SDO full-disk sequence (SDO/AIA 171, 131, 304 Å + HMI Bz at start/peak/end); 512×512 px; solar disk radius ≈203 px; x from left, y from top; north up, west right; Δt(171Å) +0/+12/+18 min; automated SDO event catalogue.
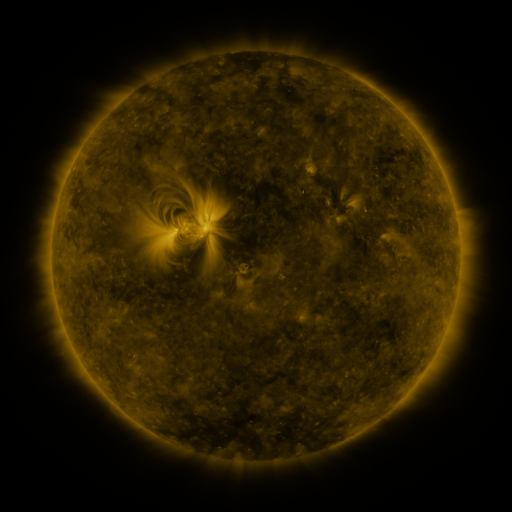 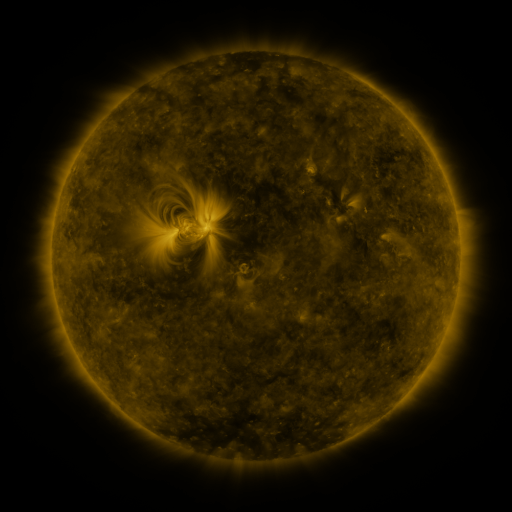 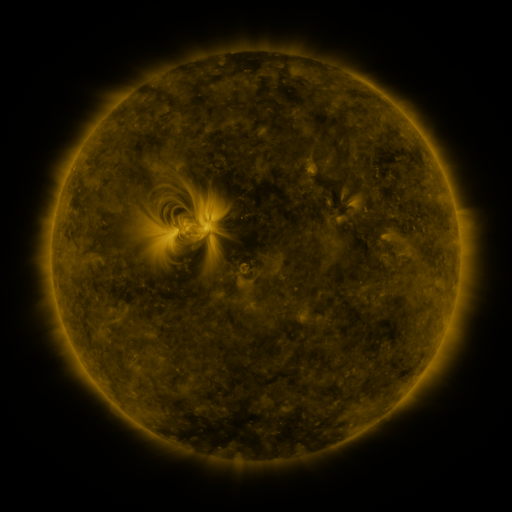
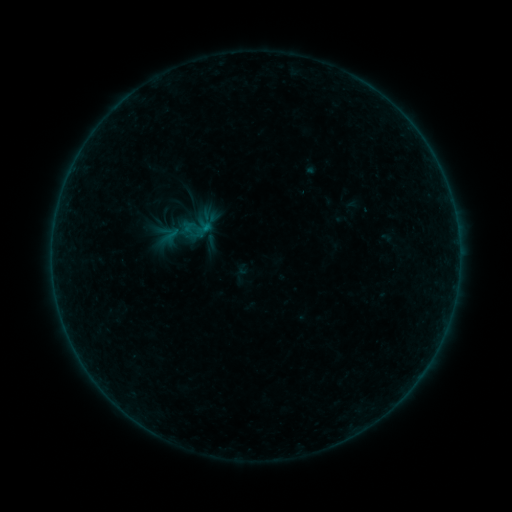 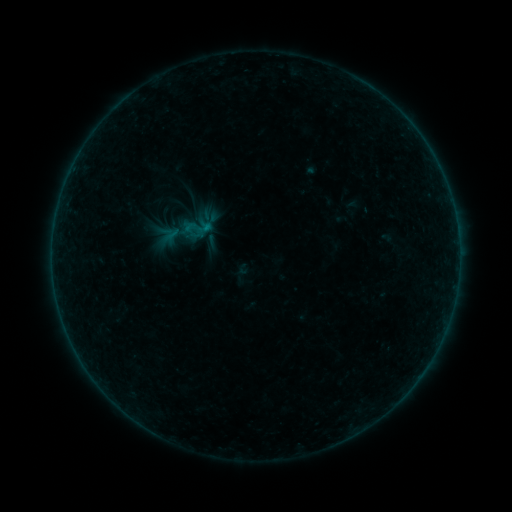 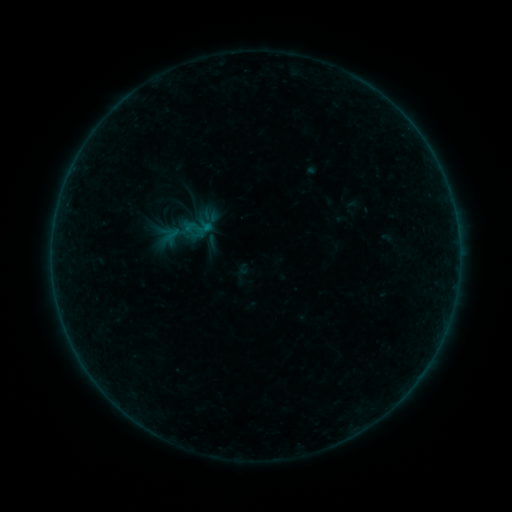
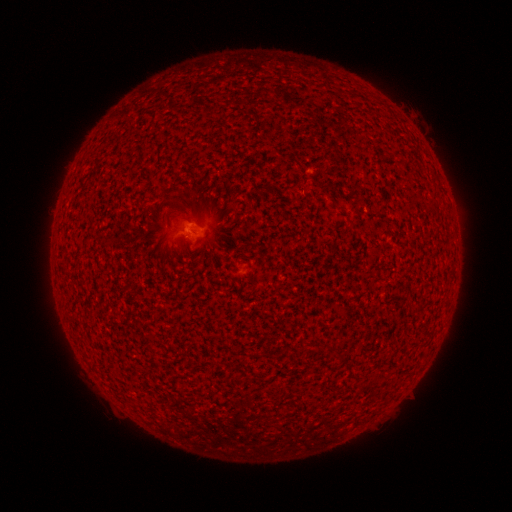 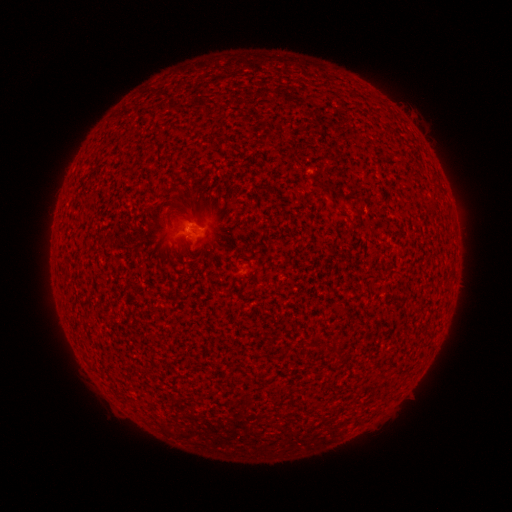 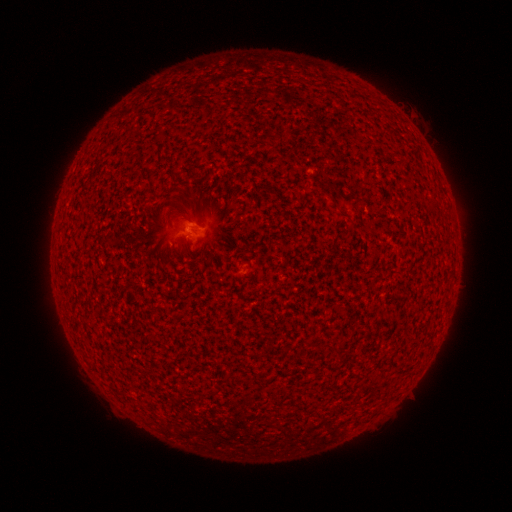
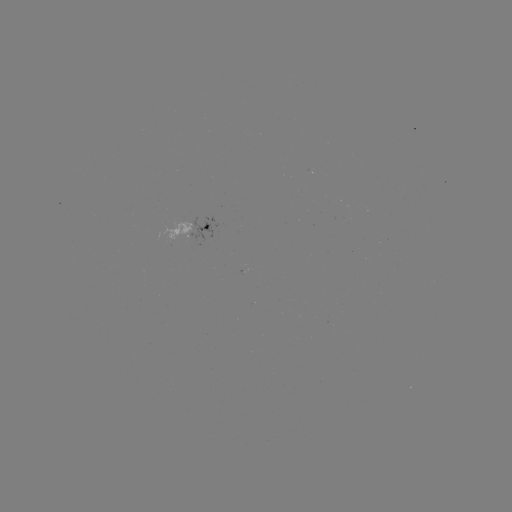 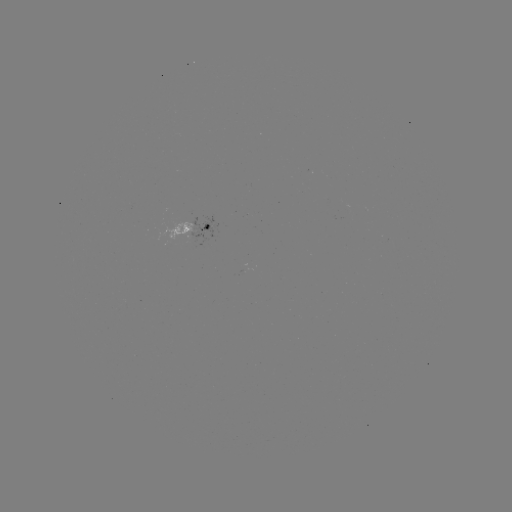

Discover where A7.9 flare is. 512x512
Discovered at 196,228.